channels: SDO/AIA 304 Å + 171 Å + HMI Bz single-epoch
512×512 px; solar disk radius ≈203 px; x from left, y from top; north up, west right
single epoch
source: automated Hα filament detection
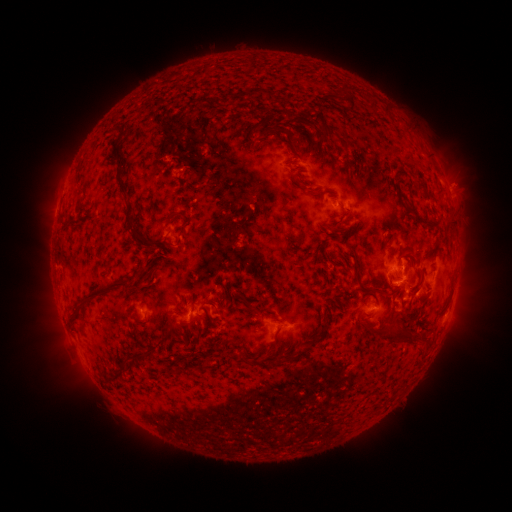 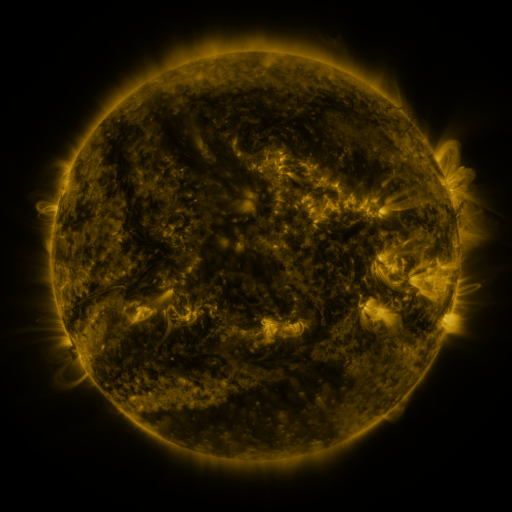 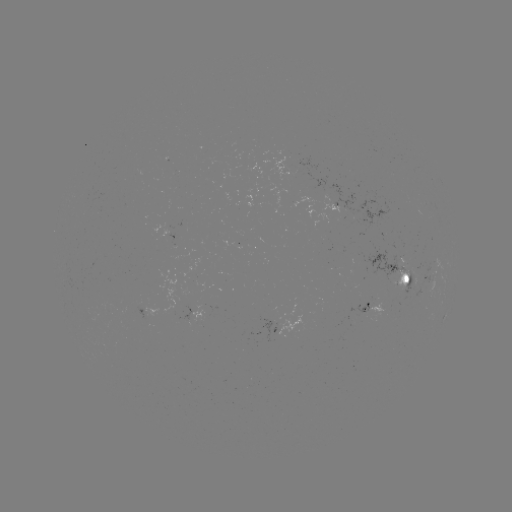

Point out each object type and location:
filament: <bbox>335, 84, 354, 111</bbox>
filament: <bbox>367, 97, 375, 109</bbox>
filament: <bbox>250, 123, 266, 133</bbox>
filament: <bbox>260, 124, 289, 139</bbox>
filament: <bbox>323, 126, 347, 148</bbox>
filament: <bbox>110, 127, 122, 136</bbox>
filament: <bbox>244, 138, 254, 148</bbox>
filament: <bbox>114, 145, 123, 169</bbox>
filament: <bbox>219, 148, 228, 156</bbox>
filament: <bbox>290, 164, 298, 169</bbox>
filament: <bbox>115, 176, 134, 215</bbox>
filament: <bbox>413, 177, 432, 199</bbox>
filament: <bbox>411, 211, 441, 229</bbox>
filament: <bbox>164, 212, 184, 227</bbox>
filament: <bbox>123, 218, 165, 255</bbox>
filament: <bbox>330, 226, 347, 236</bbox>
filament: <bbox>317, 246, 326, 263</bbox>
filament: <bbox>352, 260, 360, 281</bbox>
filament: <bbox>72, 279, 131, 322</bbox>
filament: <bbox>371, 285, 386, 293</bbox>
filament: <bbox>408, 285, 420, 295</bbox>
filament: <bbox>235, 291, 259, 318</bbox>
filament: <bbox>191, 300, 197, 313</bbox>
filament: <bbox>204, 300, 218, 309</bbox>
filament: <bbox>178, 305, 186, 315</bbox>
filament: <bbox>414, 307, 421, 318</bbox>
filament: <bbox>268, 310, 278, 319</bbox>
filament: <bbox>167, 315, 181, 331</bbox>
filament: <bbox>309, 320, 329, 349</bbox>
filament: <bbox>377, 323, 430, 342</bbox>
filament: <bbox>182, 331, 188, 343</bbox>
filament: <bbox>296, 334, 302, 345</bbox>
filament: <bbox>269, 341, 281, 353</bbox>
filament: <bbox>283, 348, 307, 364</bbox>
